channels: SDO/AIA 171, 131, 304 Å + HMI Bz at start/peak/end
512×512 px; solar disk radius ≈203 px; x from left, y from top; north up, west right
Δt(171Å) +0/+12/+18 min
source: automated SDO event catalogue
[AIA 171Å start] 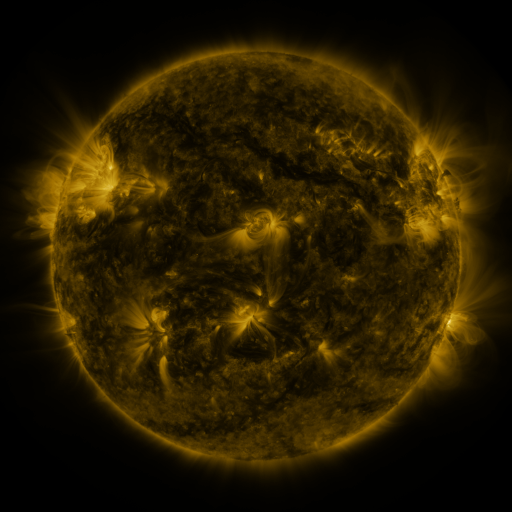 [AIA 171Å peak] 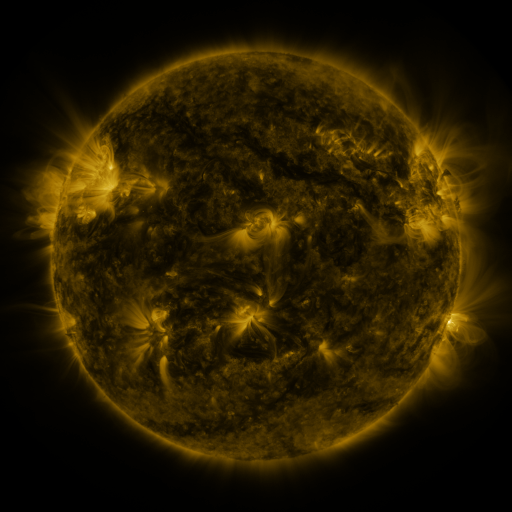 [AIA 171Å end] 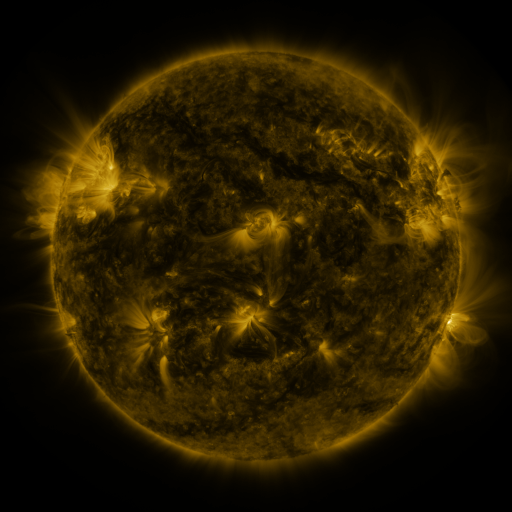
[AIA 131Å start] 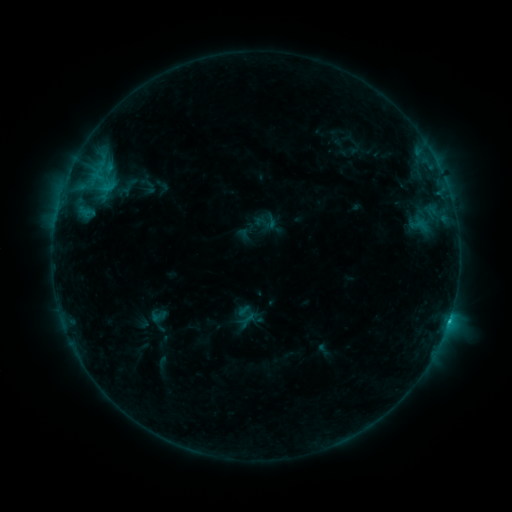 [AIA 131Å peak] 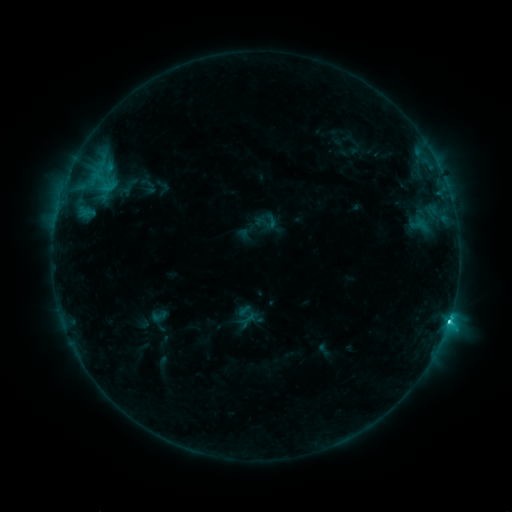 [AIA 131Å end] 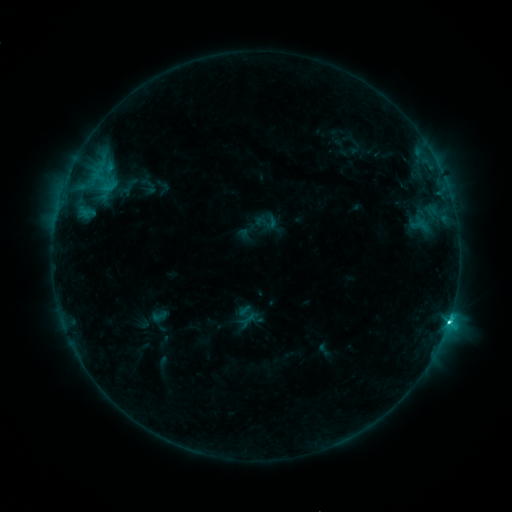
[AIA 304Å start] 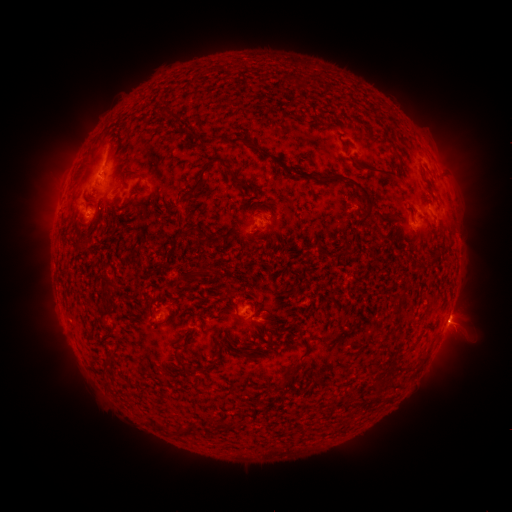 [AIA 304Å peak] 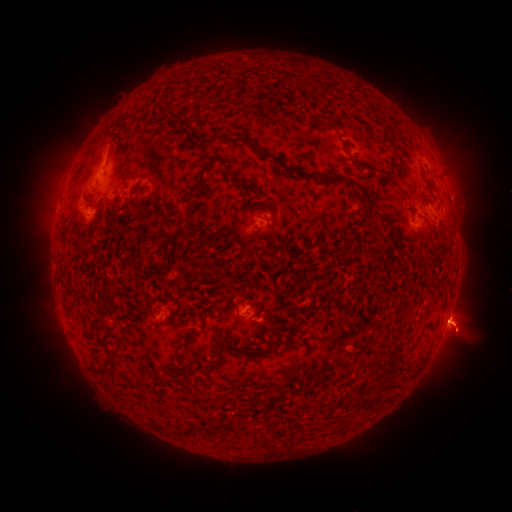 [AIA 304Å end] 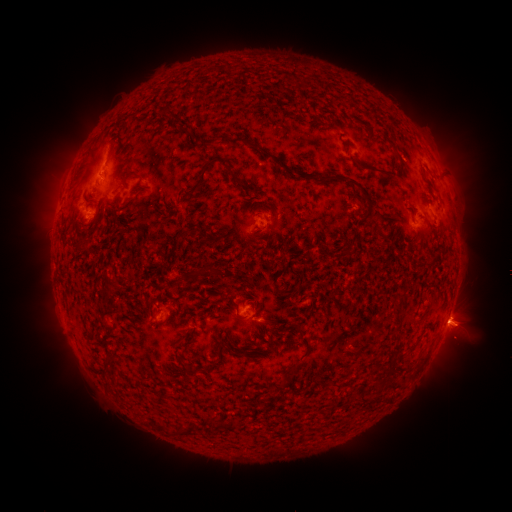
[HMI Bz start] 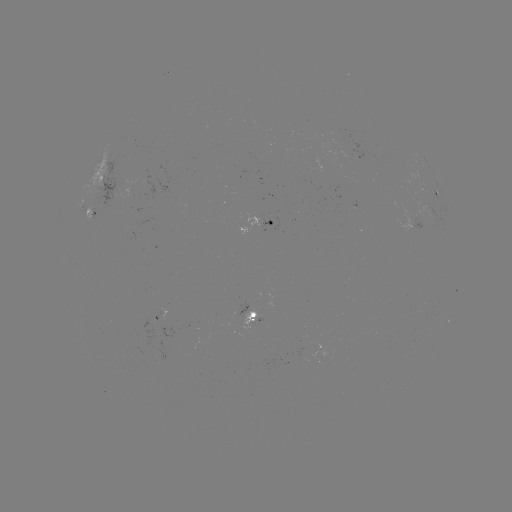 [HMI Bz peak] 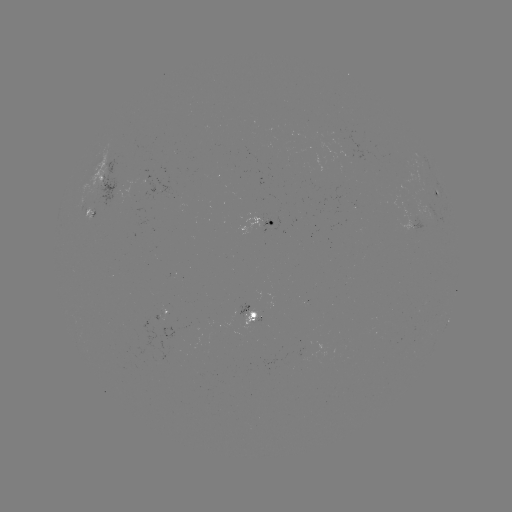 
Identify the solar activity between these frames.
C3.5 flare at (449, 318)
